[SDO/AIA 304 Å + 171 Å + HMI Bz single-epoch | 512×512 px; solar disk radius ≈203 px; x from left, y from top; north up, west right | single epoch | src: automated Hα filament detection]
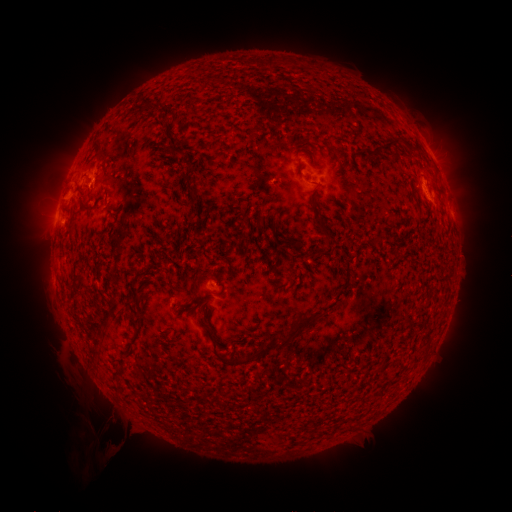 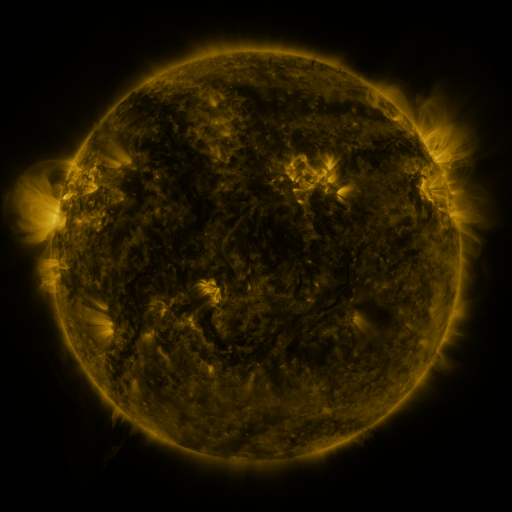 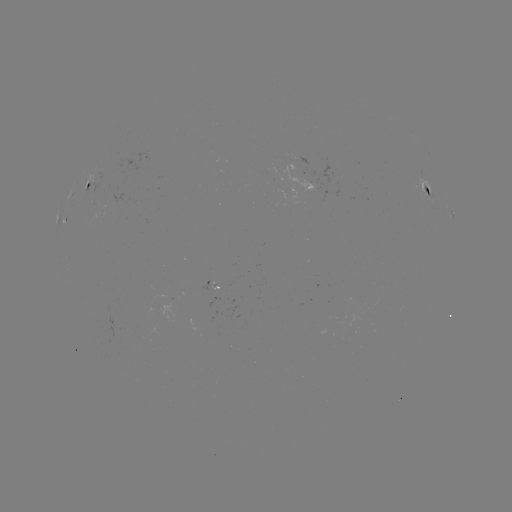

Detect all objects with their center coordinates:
filament: (270, 64)
filament: (399, 140)
filament: (89, 210)
filament: (317, 220)
filament: (300, 250)
filament: (319, 251)
filament: (222, 290)
filament: (195, 304)
filament: (205, 315)
filament: (136, 321)
filament: (263, 351)
